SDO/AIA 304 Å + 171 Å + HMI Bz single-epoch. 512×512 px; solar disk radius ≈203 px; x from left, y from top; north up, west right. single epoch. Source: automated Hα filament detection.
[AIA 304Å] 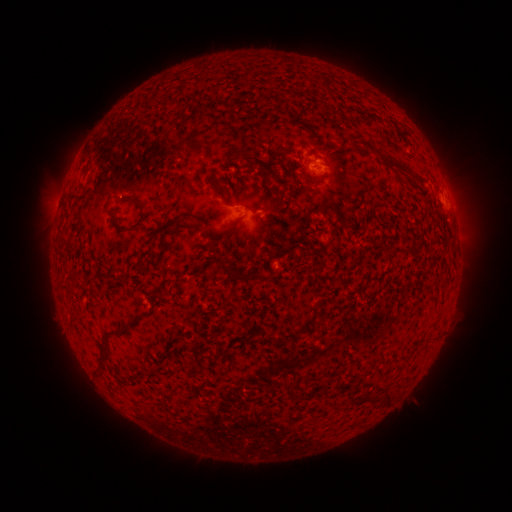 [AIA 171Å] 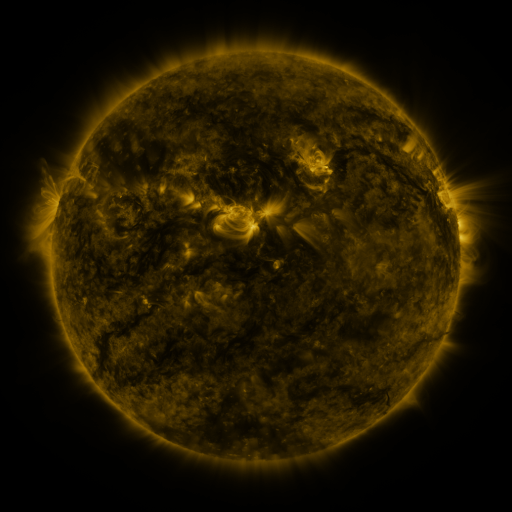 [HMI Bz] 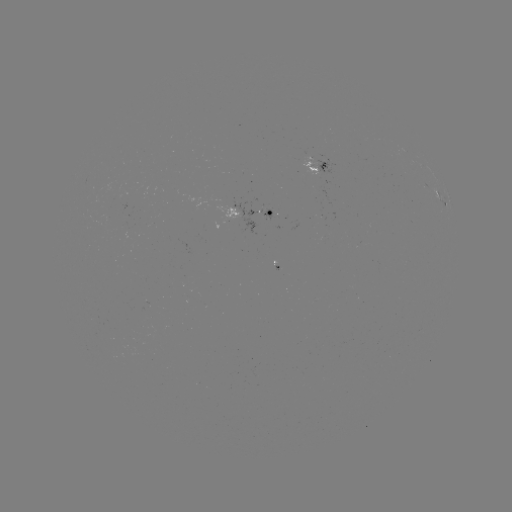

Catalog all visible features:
filament: (397, 165)
filament: (142, 213)
filament: (192, 219)
filament: (230, 272)
filament: (260, 276)
filament: (122, 328)
filament: (388, 398)
